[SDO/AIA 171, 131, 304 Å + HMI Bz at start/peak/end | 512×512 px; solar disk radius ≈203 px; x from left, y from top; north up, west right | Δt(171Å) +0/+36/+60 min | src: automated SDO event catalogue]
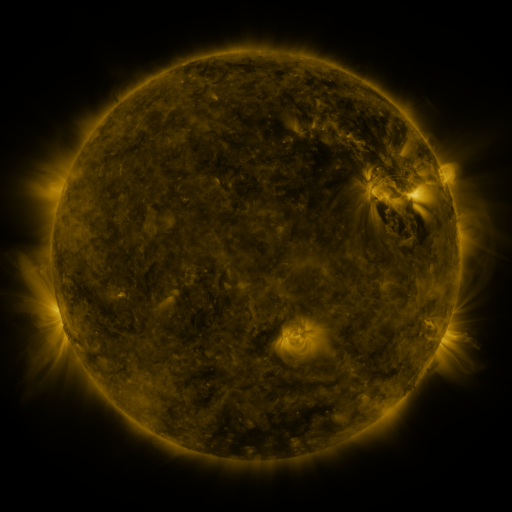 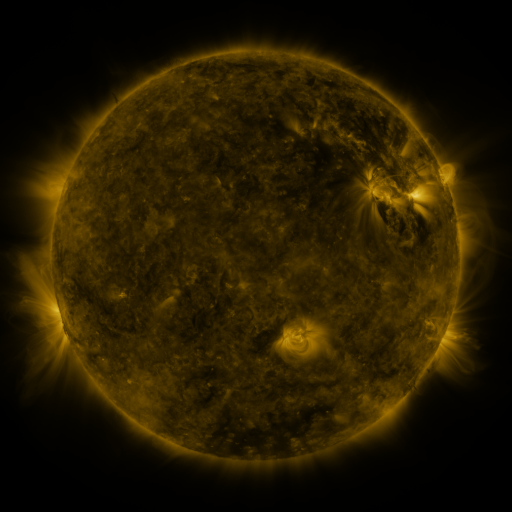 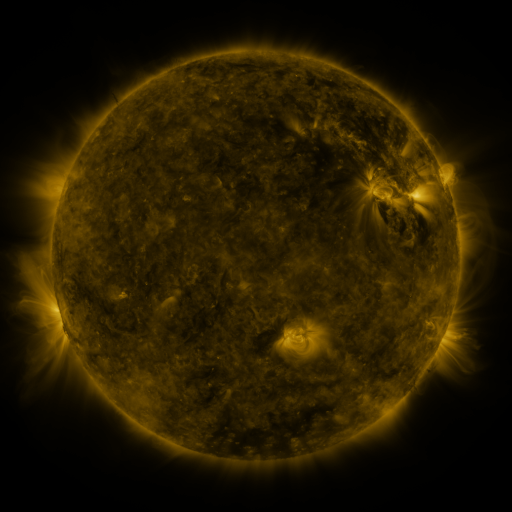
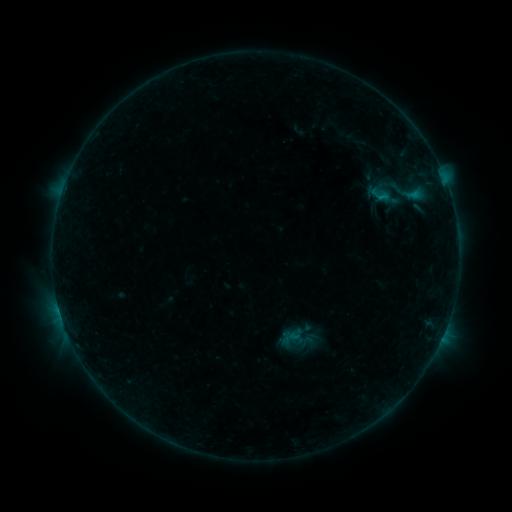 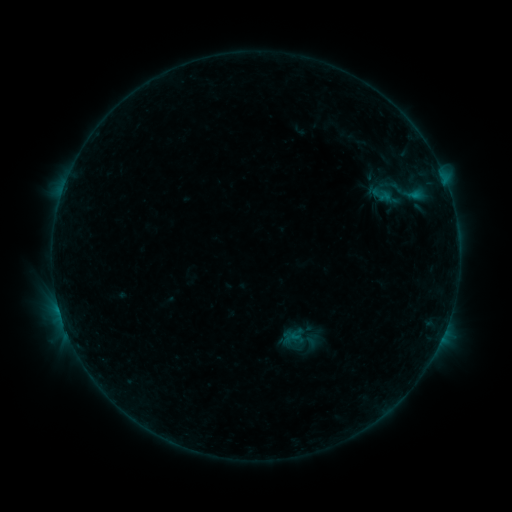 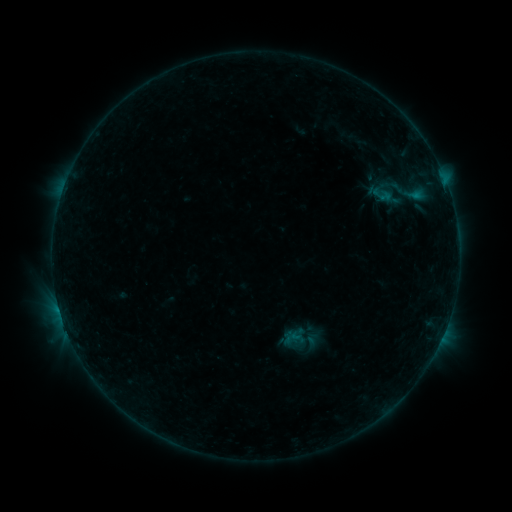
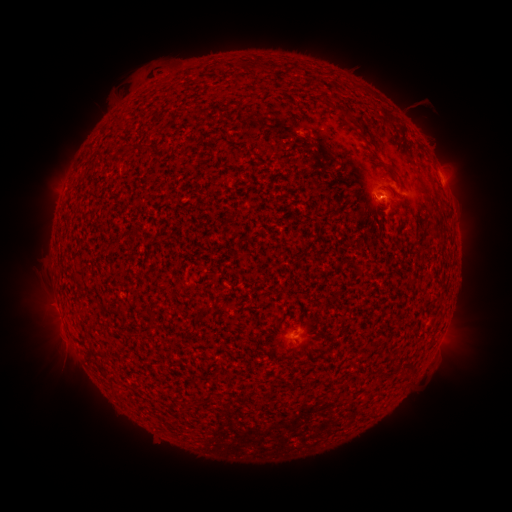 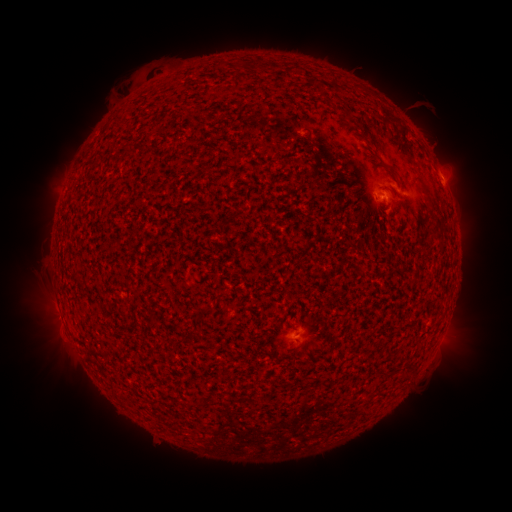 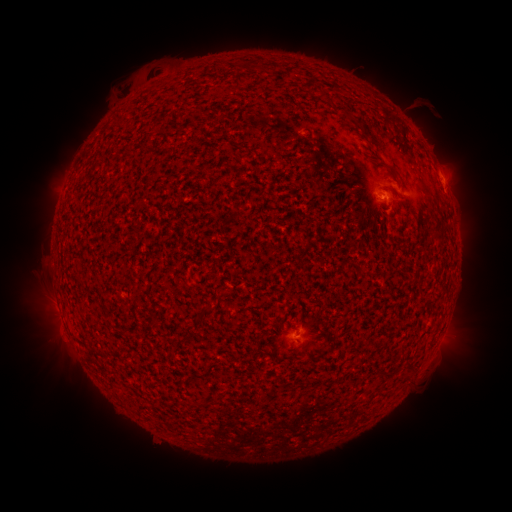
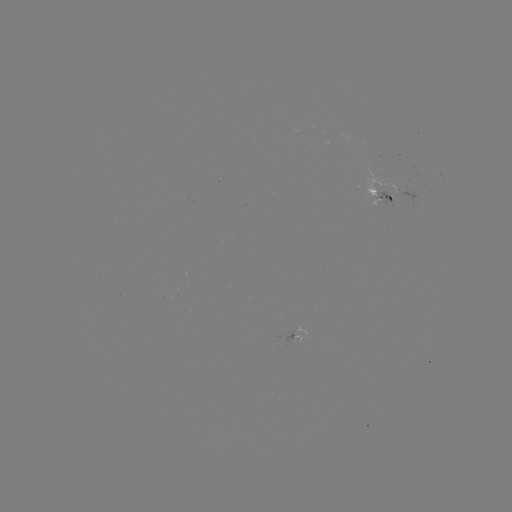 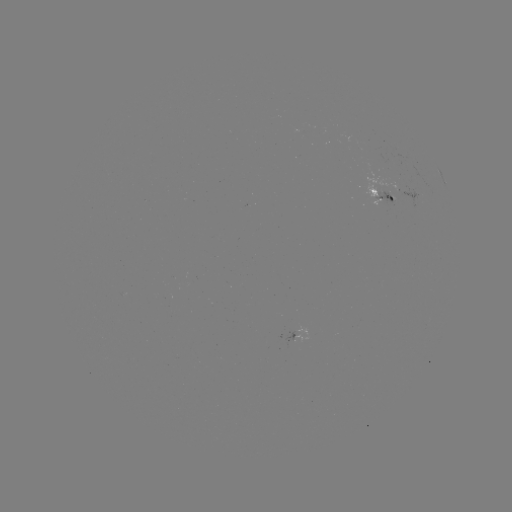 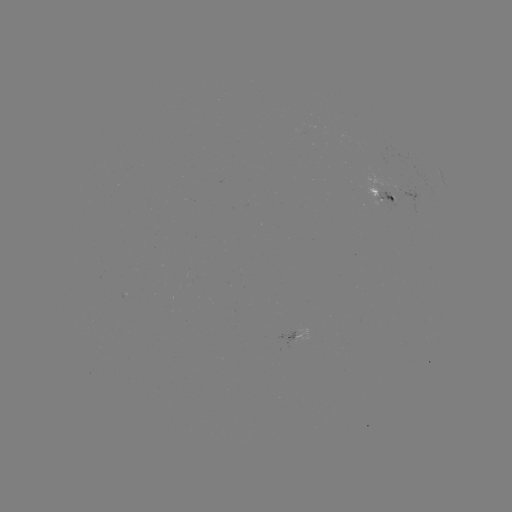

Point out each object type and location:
emerging-flux region: (382, 198)
